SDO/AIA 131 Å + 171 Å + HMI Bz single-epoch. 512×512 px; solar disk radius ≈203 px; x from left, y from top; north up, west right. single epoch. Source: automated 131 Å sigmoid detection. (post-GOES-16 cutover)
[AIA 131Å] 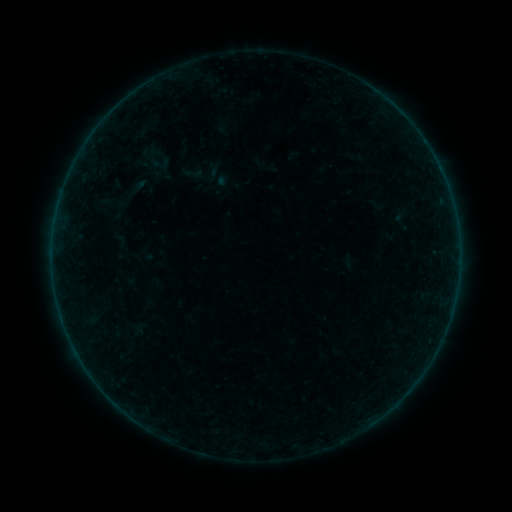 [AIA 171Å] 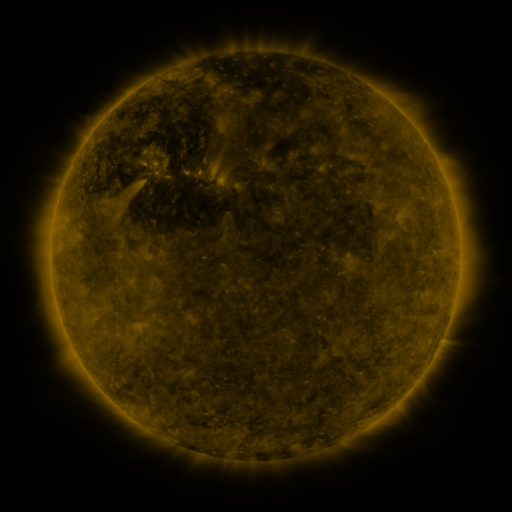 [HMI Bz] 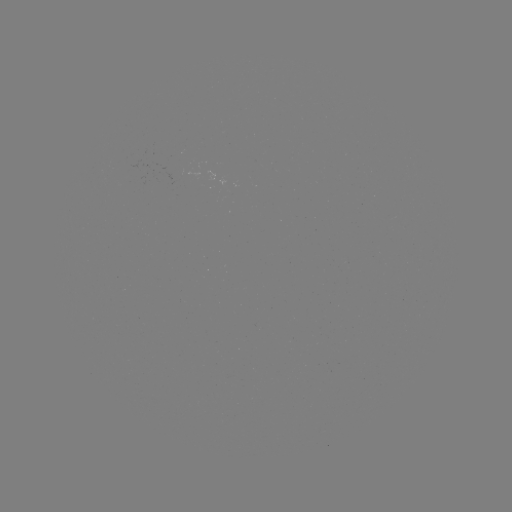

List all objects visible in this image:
sigmoid: (193, 174)
sigmoid: (161, 175)
